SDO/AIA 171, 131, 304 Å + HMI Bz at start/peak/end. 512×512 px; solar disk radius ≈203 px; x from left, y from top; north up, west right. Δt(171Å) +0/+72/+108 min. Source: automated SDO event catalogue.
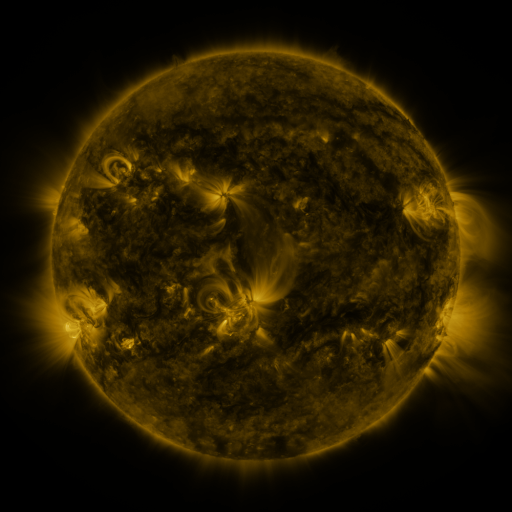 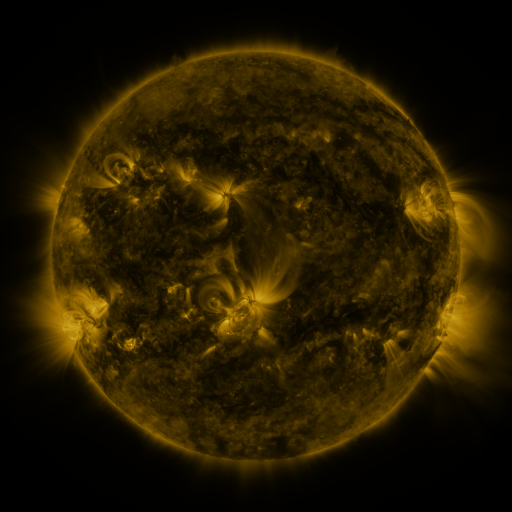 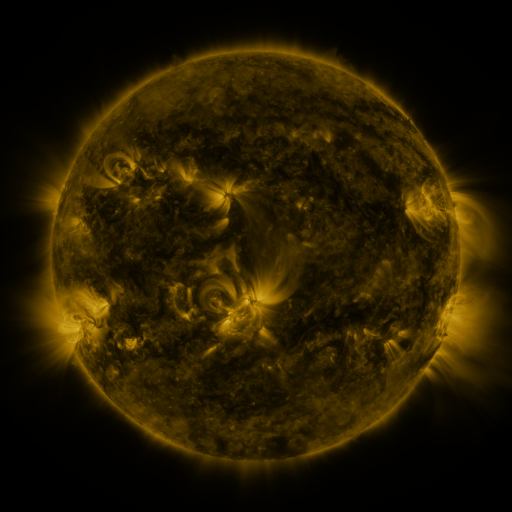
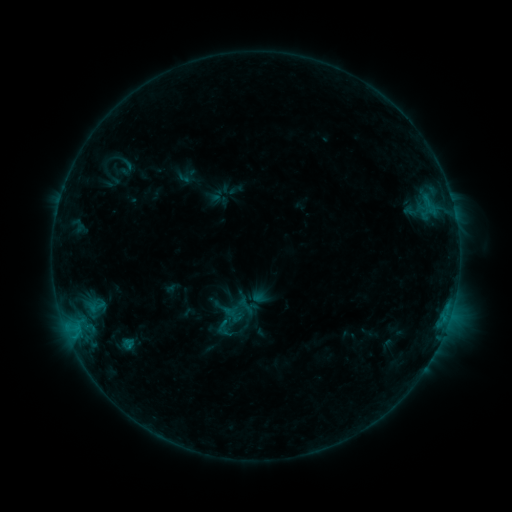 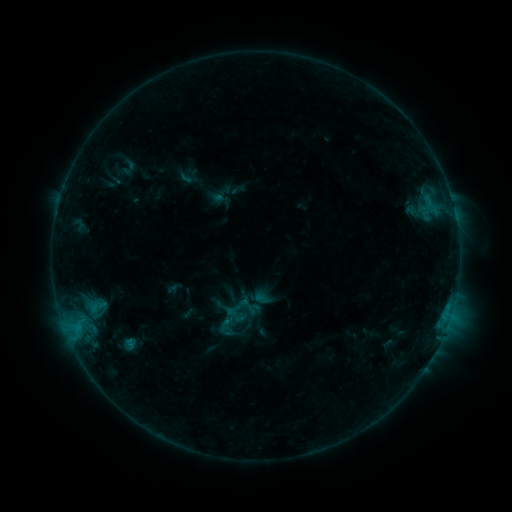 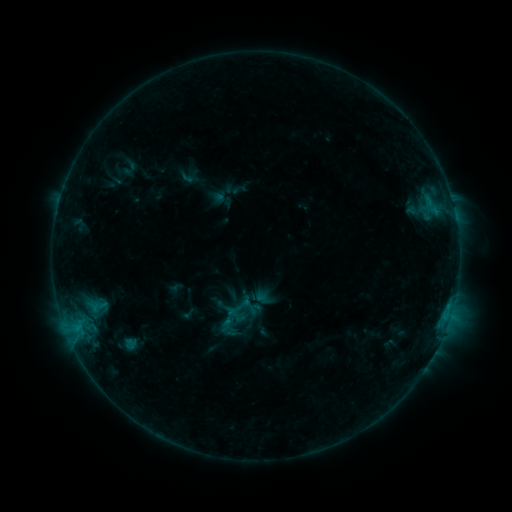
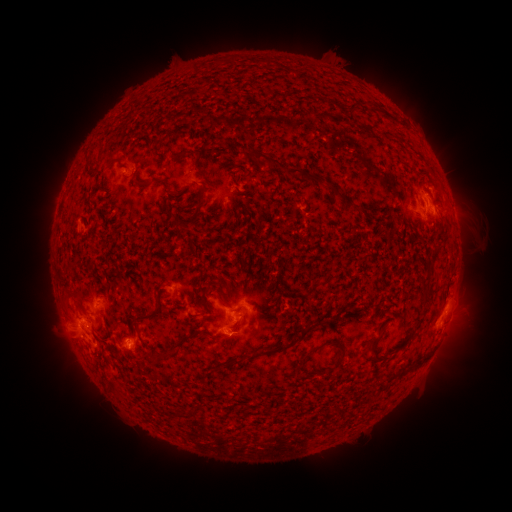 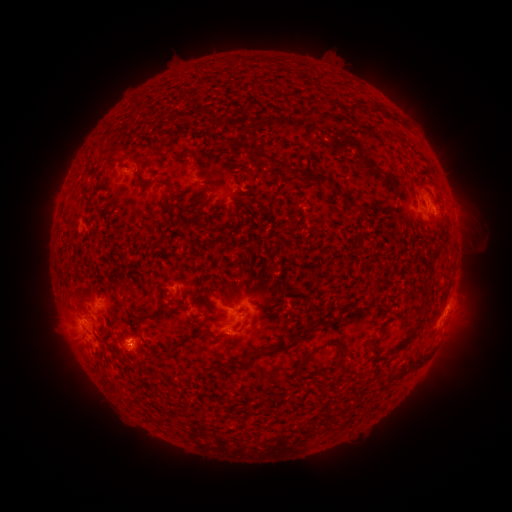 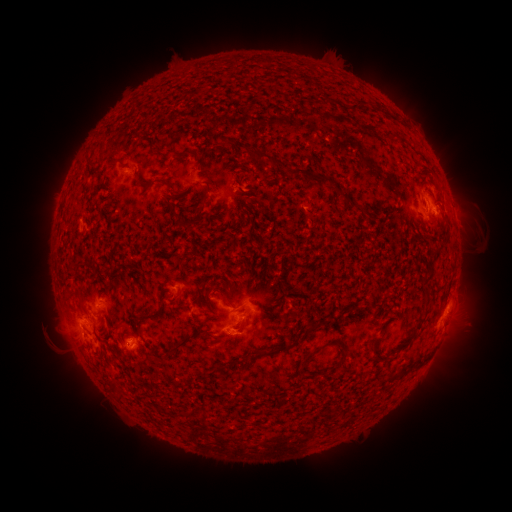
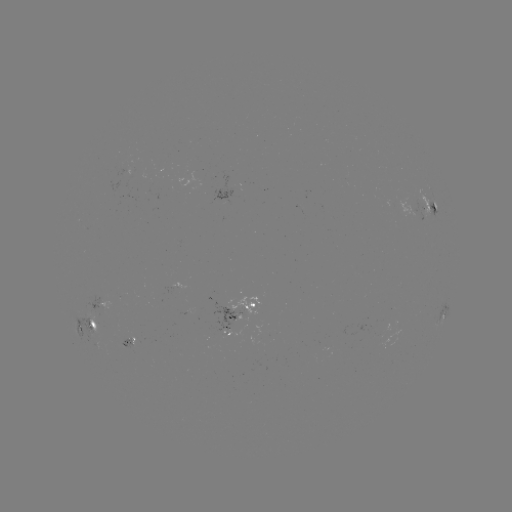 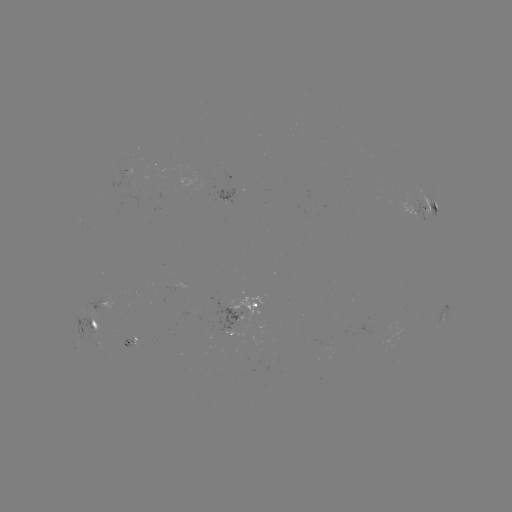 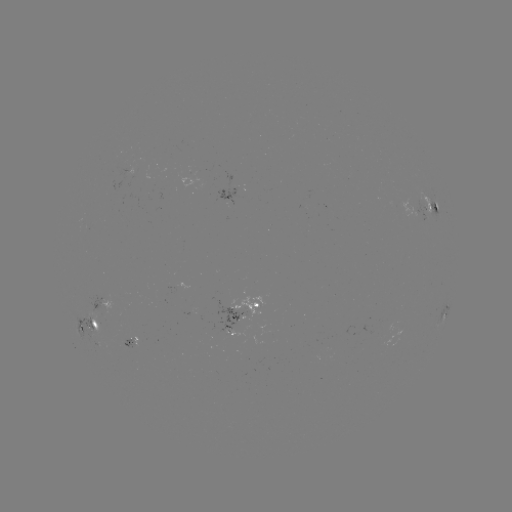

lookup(emerging-flux region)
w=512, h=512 [230, 309]